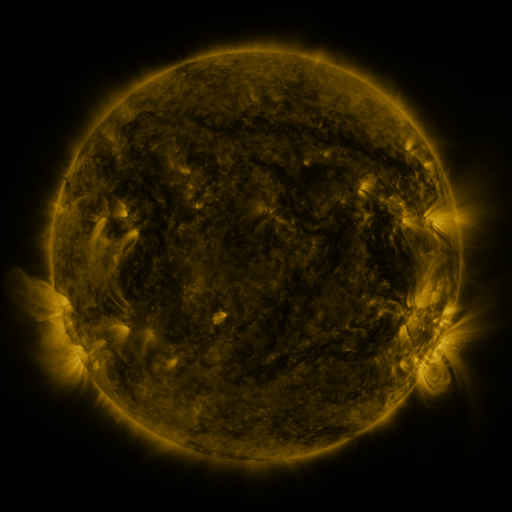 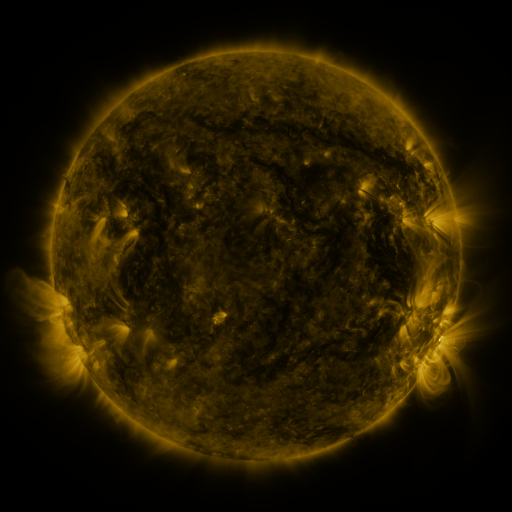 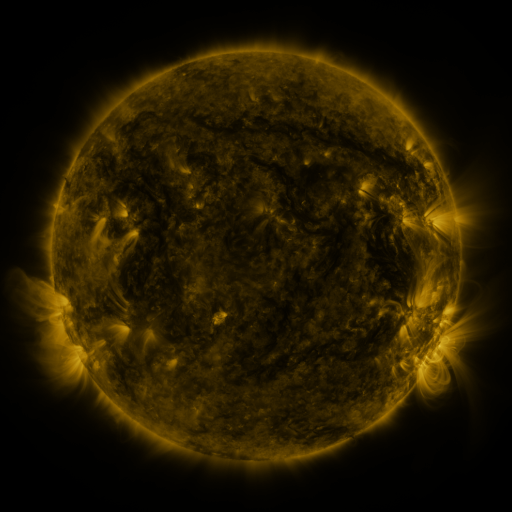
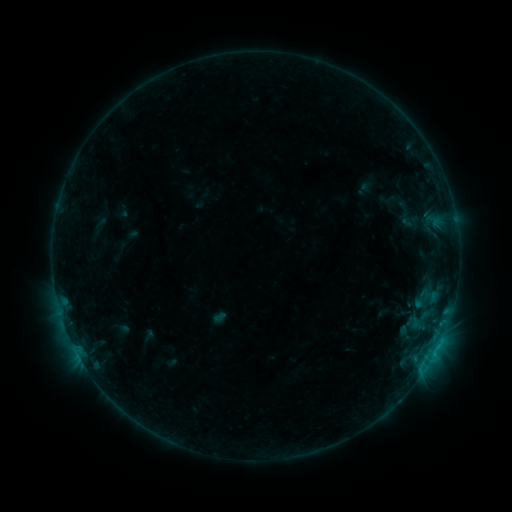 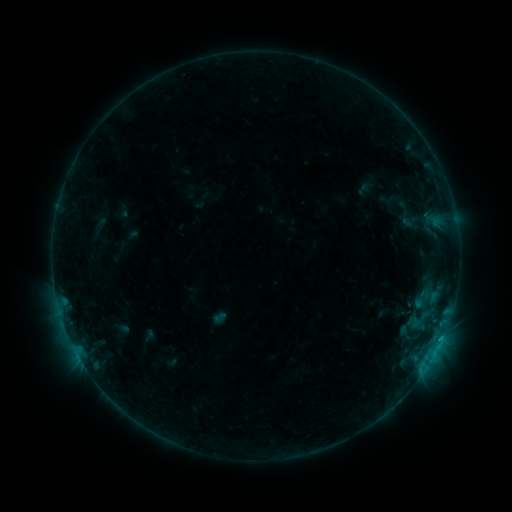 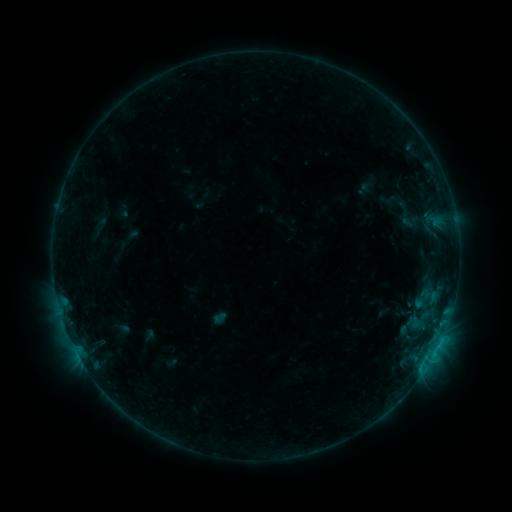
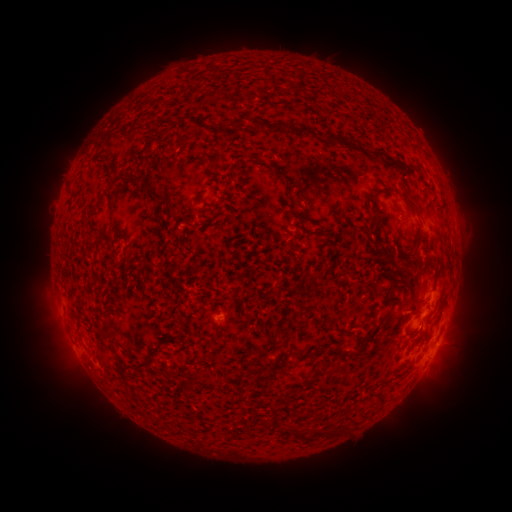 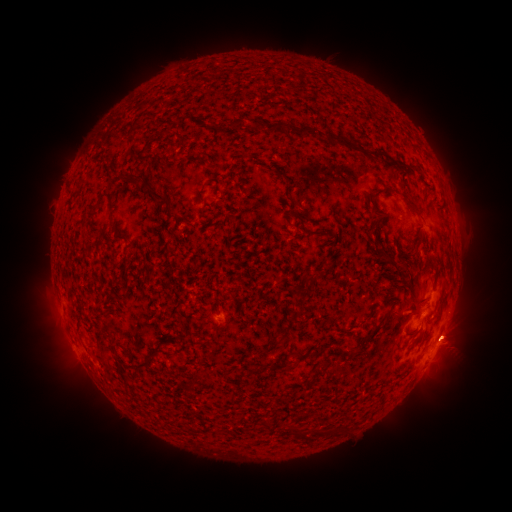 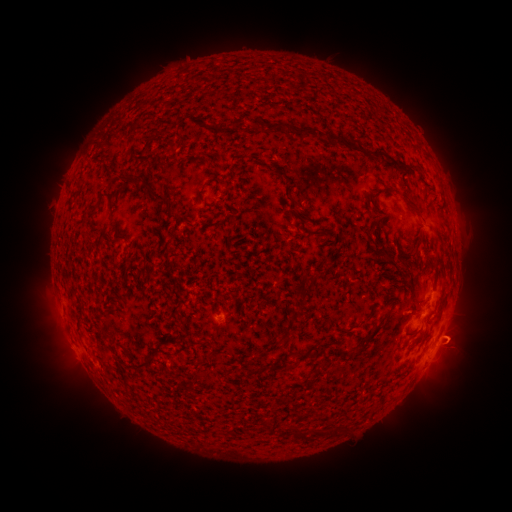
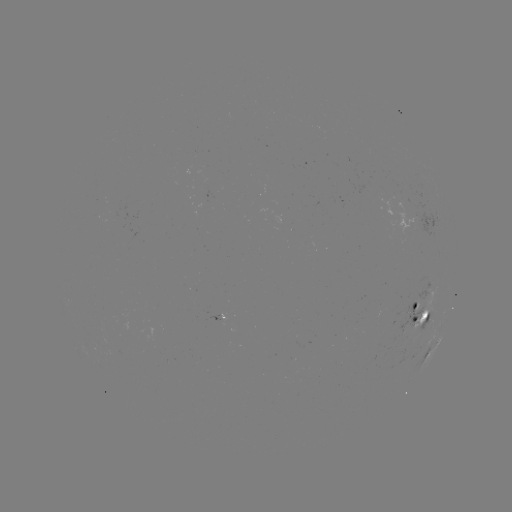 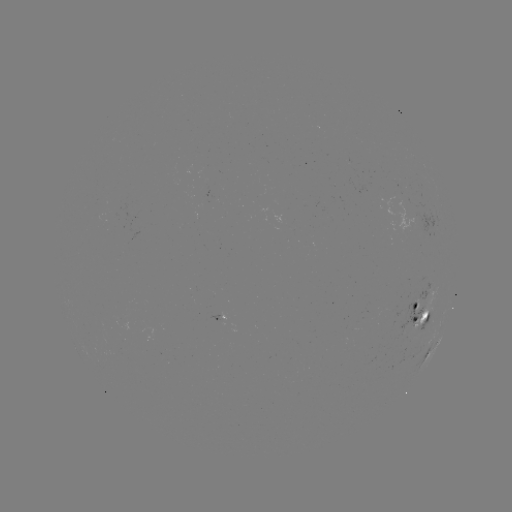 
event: eruption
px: (459, 336)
